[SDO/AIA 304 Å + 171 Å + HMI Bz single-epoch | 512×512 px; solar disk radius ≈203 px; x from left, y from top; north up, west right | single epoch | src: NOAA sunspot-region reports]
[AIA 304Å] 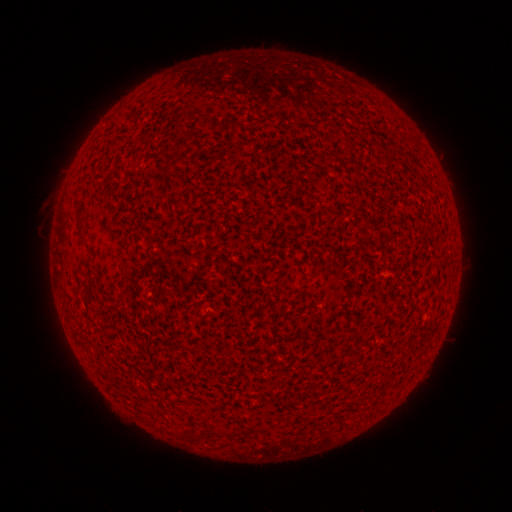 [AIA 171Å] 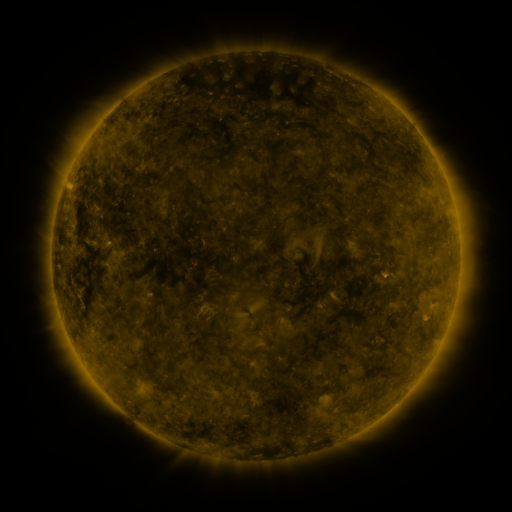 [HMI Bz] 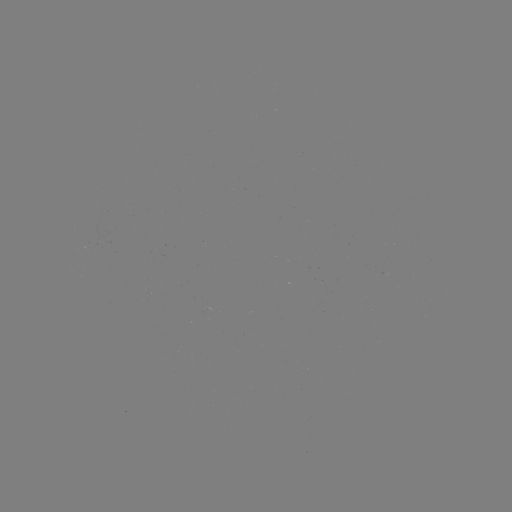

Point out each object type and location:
(none)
